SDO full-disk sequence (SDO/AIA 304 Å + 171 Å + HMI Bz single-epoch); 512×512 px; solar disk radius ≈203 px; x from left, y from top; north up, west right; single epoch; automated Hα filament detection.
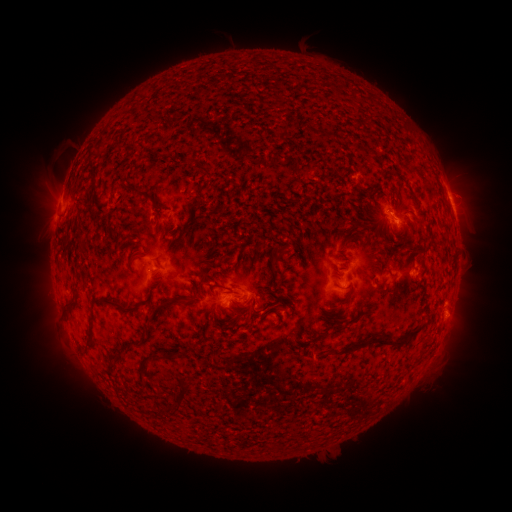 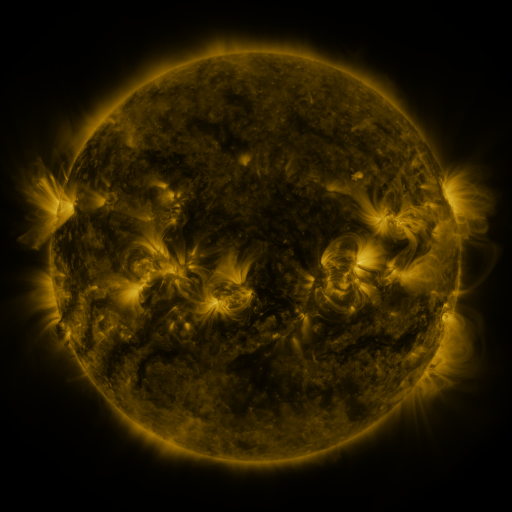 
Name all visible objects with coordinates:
filament: [123, 183, 136, 192]
filament: [139, 190, 154, 201]
filament: [151, 204, 164, 215]
filament: [379, 211, 388, 221]
filament: [128, 254, 139, 263]
filament: [267, 259, 276, 271]
filament: [201, 274, 210, 284]
filament: [210, 283, 239, 296]
filament: [149, 296, 181, 320]
filament: [91, 297, 137, 312]
filament: [238, 298, 255, 308]
filament: [63, 300, 75, 308]
filament: [403, 327, 422, 339]
filament: [329, 334, 404, 358]
filament: [150, 351, 167, 360]
filament: [176, 380, 191, 400]
